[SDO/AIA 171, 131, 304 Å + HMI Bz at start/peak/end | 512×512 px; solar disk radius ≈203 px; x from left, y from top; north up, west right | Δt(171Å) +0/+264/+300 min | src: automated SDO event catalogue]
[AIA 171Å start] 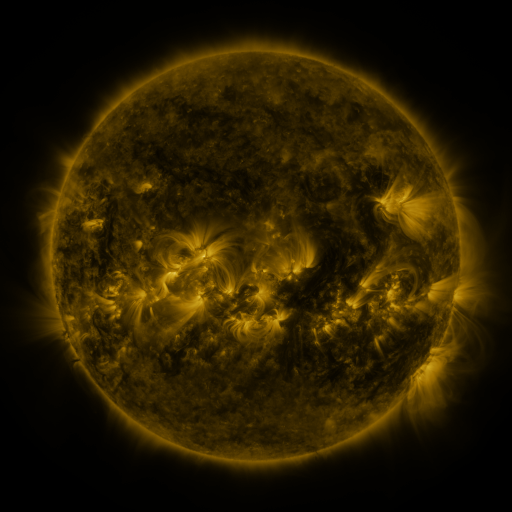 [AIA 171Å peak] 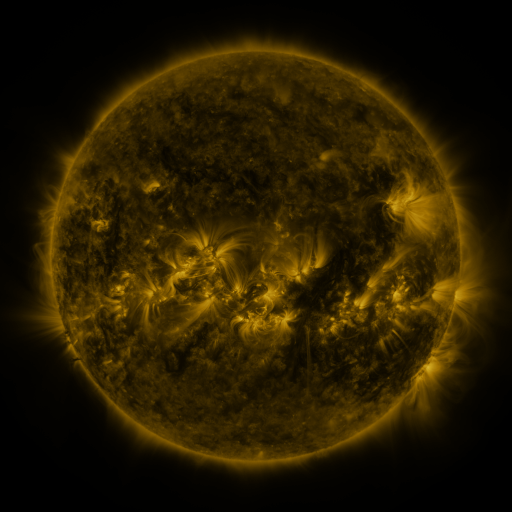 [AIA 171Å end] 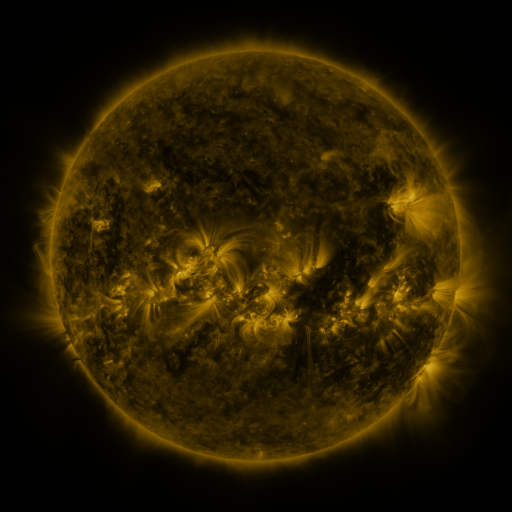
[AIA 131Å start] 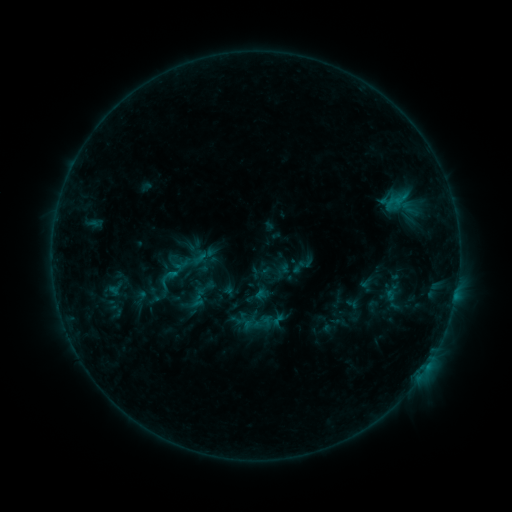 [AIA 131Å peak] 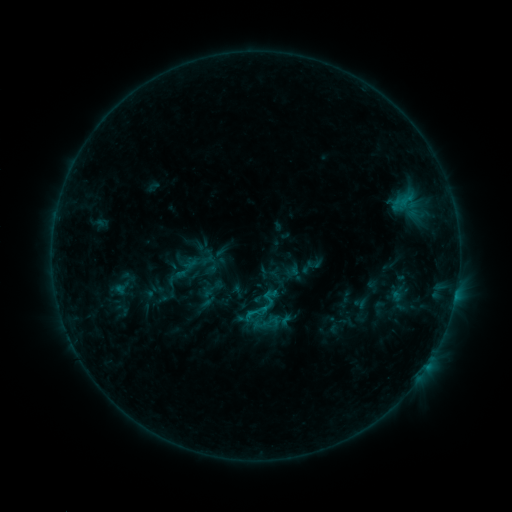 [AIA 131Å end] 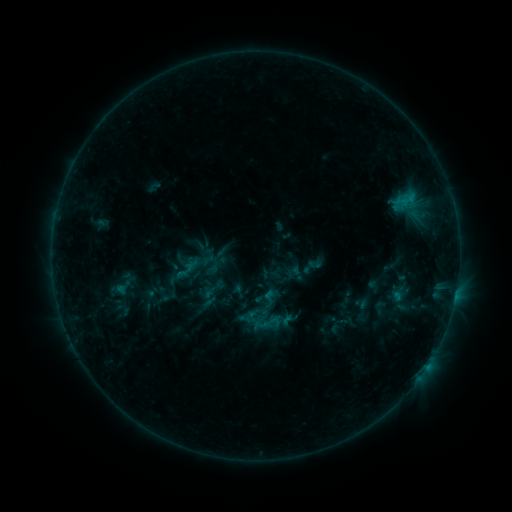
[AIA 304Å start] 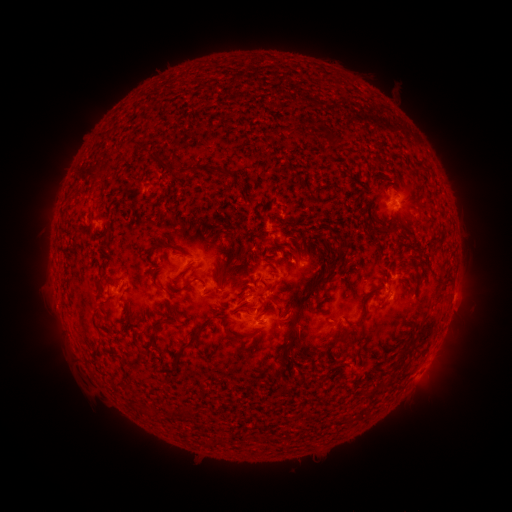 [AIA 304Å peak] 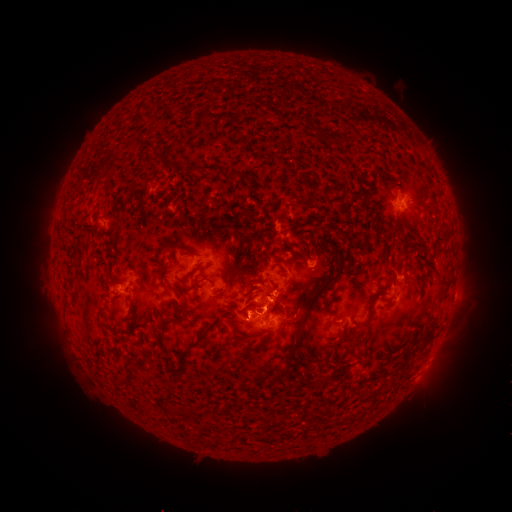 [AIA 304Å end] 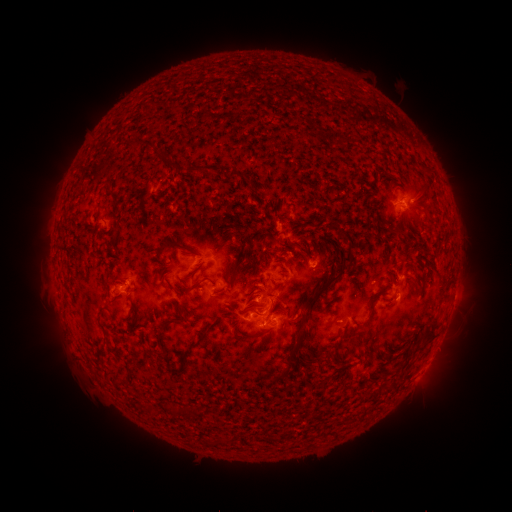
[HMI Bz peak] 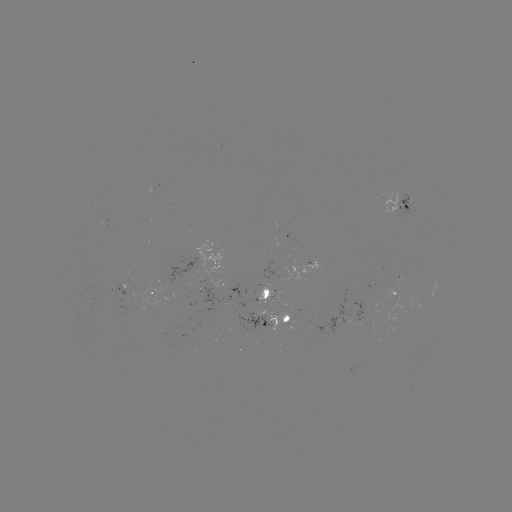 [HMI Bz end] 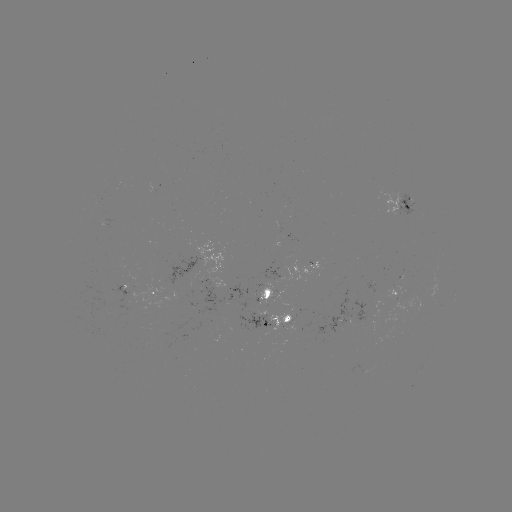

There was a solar emerging-flux region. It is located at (284, 323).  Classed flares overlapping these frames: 1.